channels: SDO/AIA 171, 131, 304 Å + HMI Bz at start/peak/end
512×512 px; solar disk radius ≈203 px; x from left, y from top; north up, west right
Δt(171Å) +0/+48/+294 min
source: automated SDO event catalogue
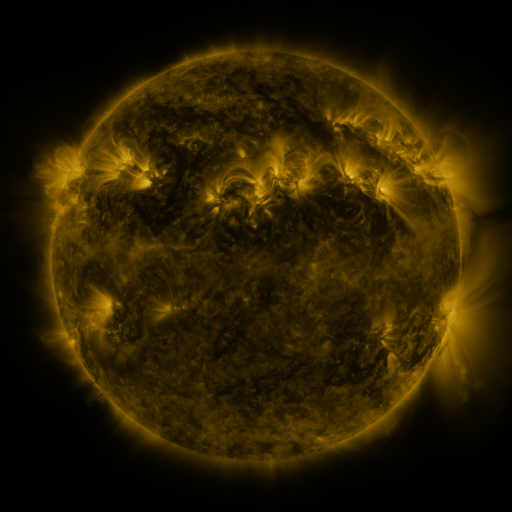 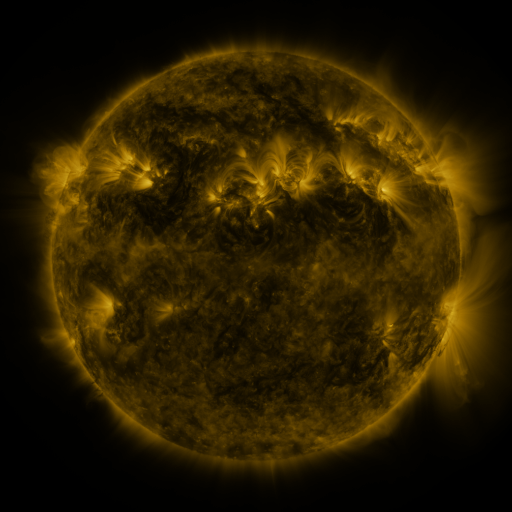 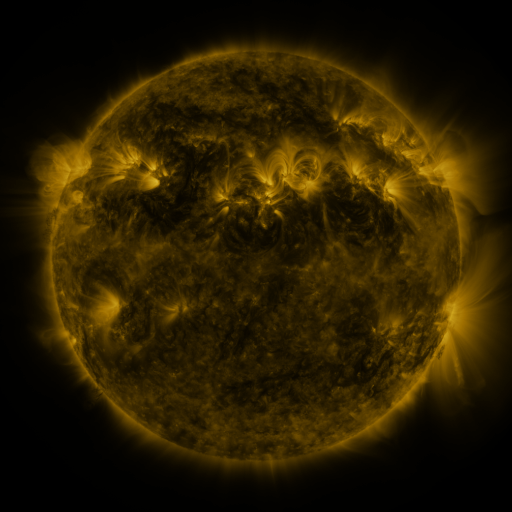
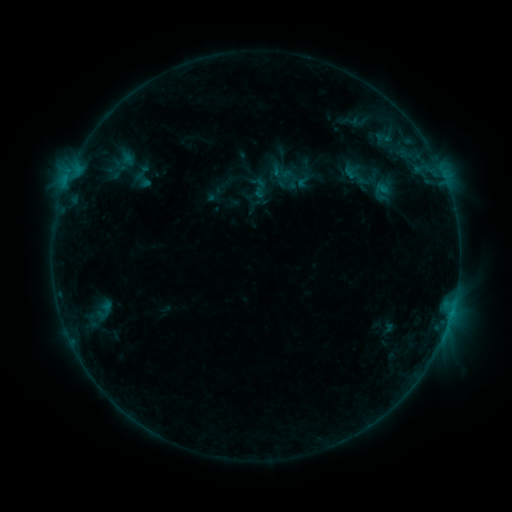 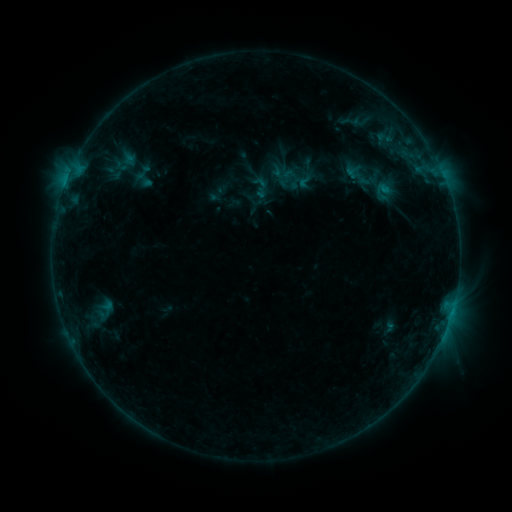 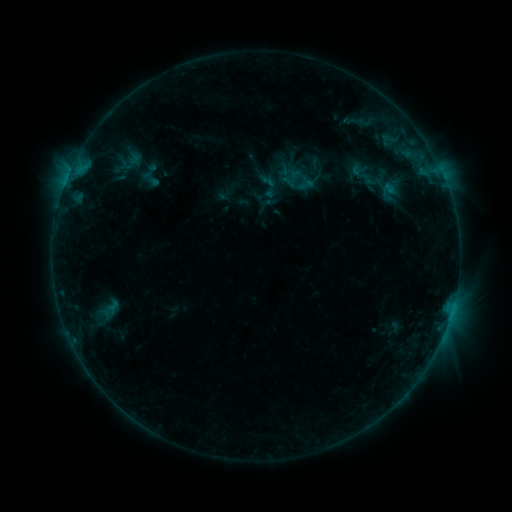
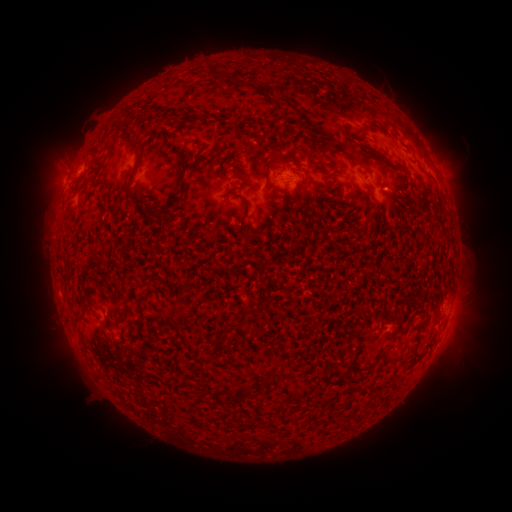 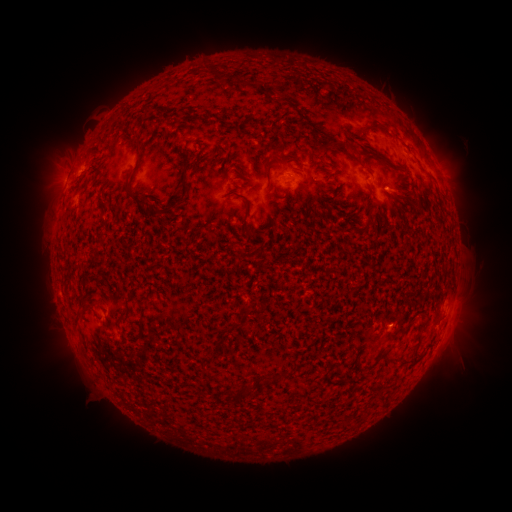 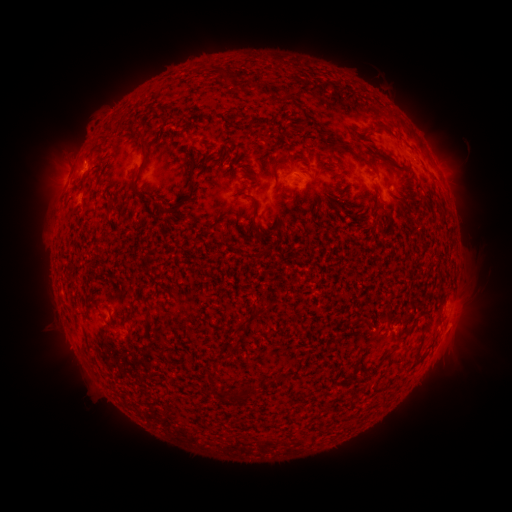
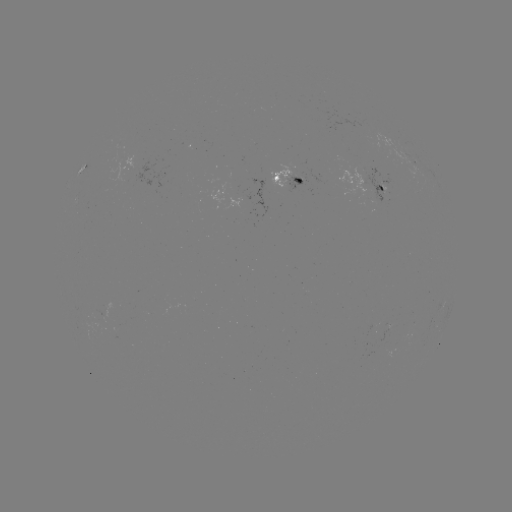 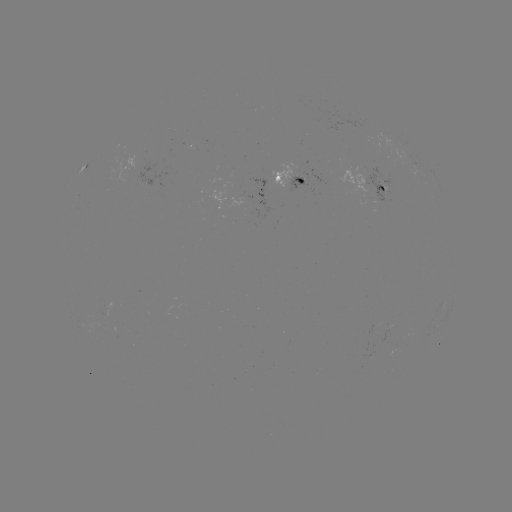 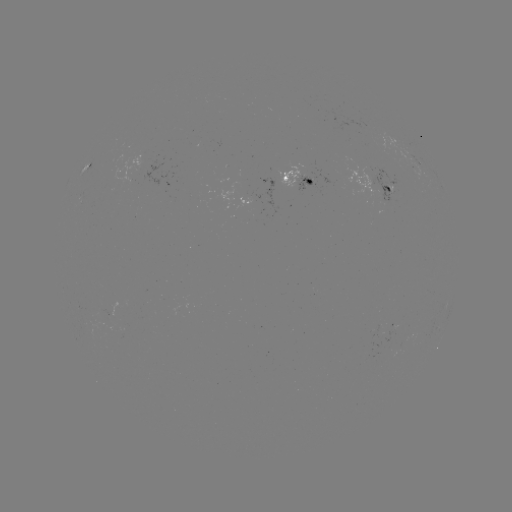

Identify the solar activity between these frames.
emerging-flux region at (386, 332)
